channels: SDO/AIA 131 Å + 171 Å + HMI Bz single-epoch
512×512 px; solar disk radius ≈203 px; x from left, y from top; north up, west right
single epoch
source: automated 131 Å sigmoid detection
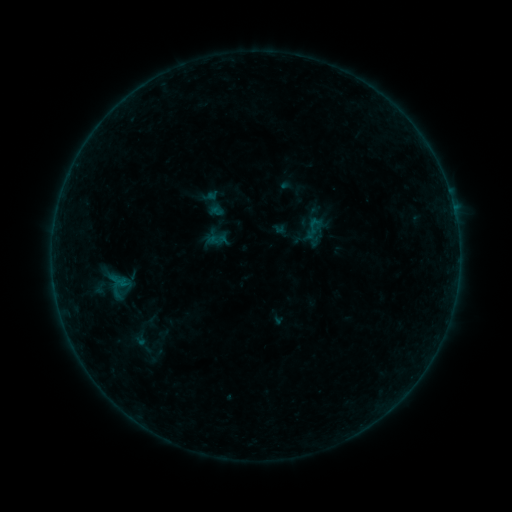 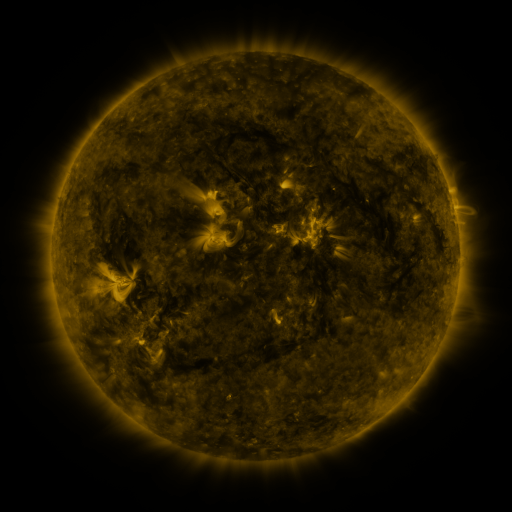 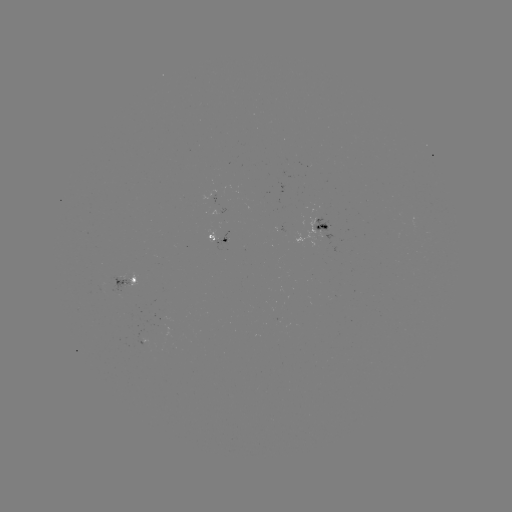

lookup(sigmoid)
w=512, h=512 (314, 228)